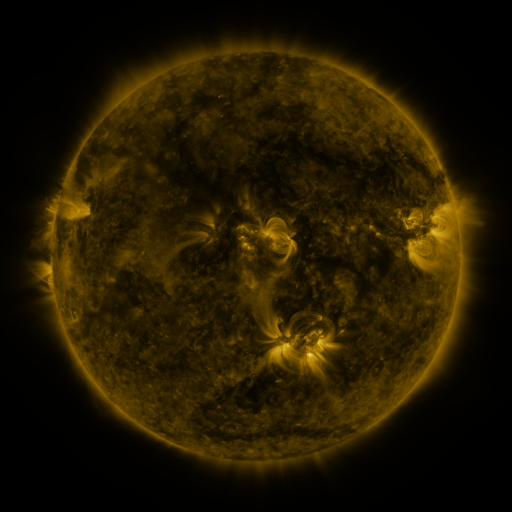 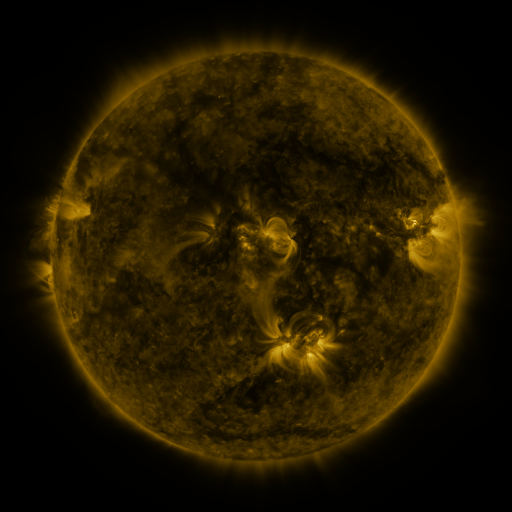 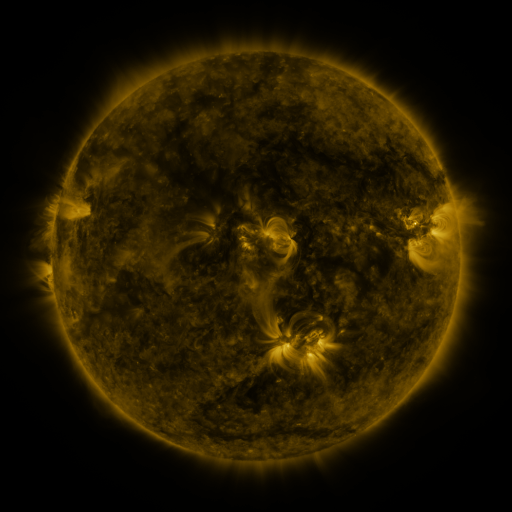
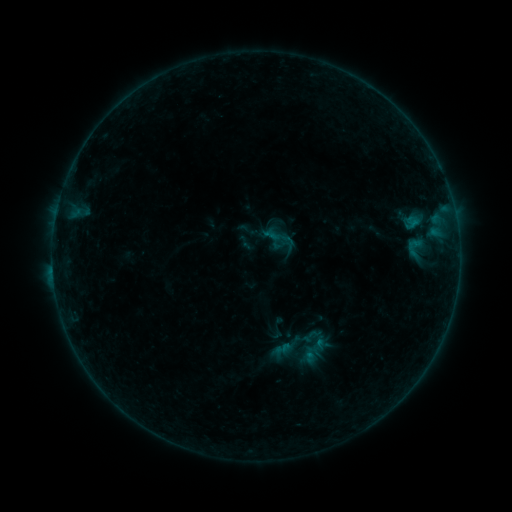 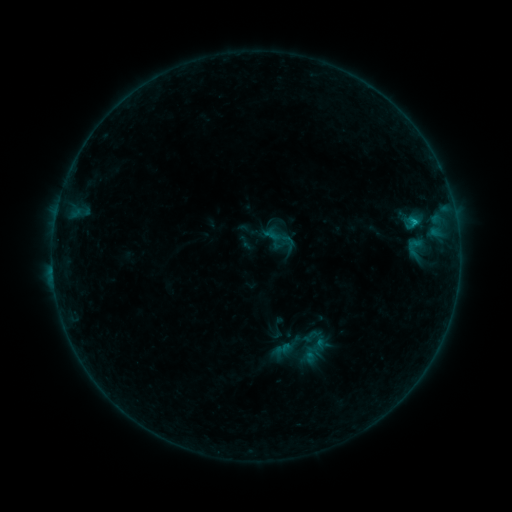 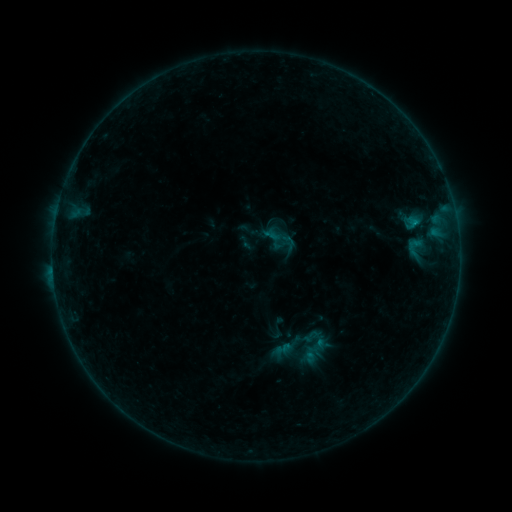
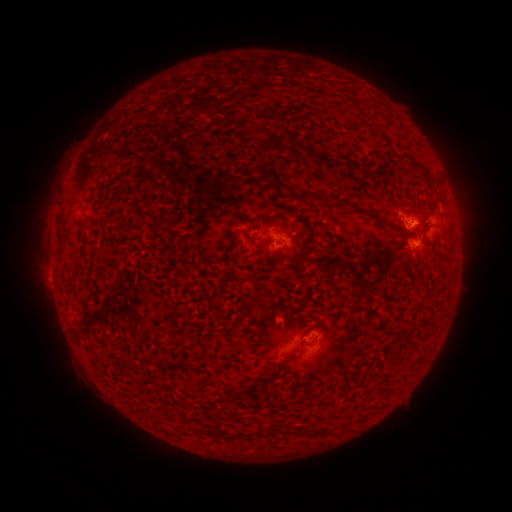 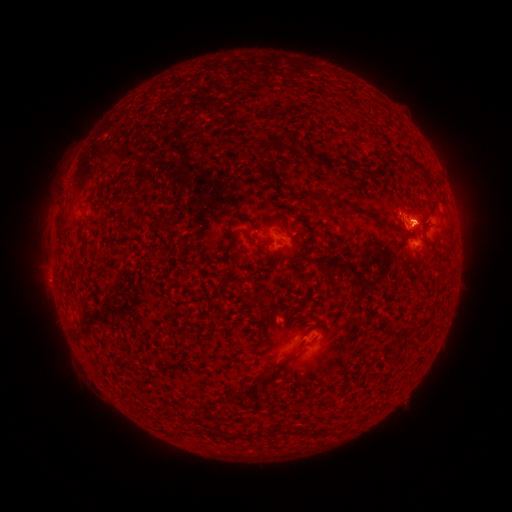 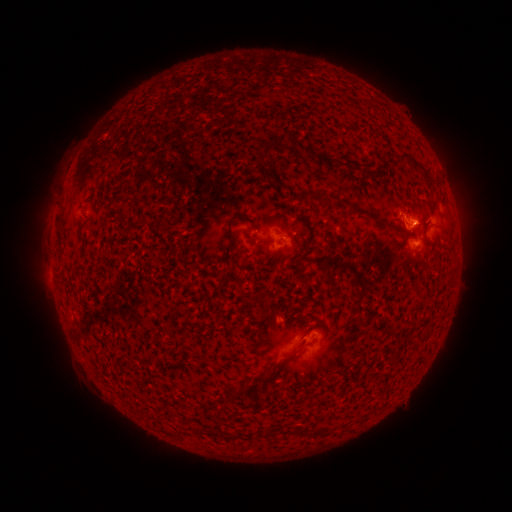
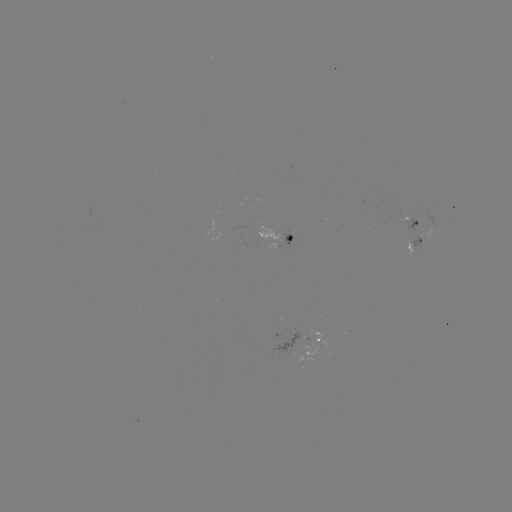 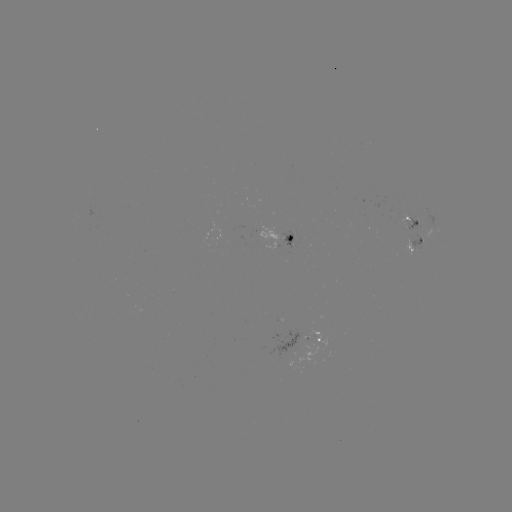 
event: flare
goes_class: B5.0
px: (414, 225)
